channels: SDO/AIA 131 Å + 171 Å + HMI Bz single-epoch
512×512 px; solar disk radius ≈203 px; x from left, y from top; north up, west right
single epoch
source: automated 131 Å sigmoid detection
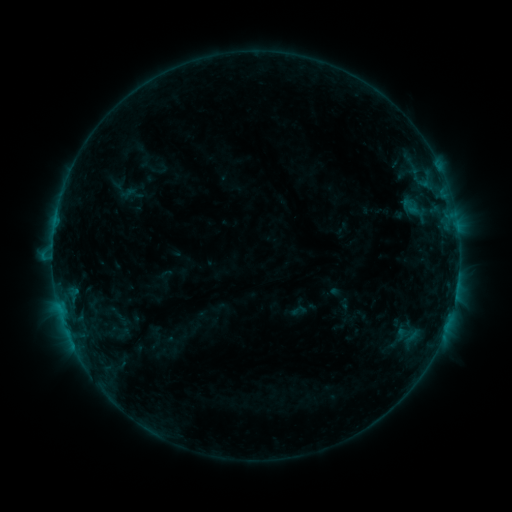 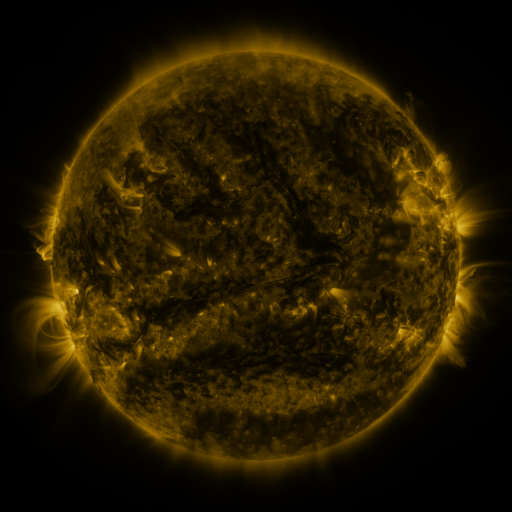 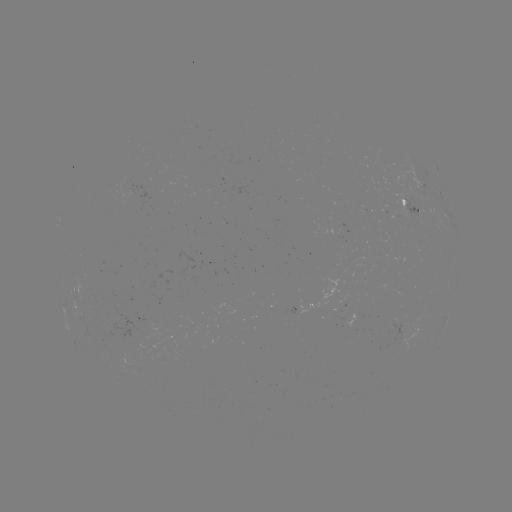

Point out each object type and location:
sigmoid: (298, 311)
